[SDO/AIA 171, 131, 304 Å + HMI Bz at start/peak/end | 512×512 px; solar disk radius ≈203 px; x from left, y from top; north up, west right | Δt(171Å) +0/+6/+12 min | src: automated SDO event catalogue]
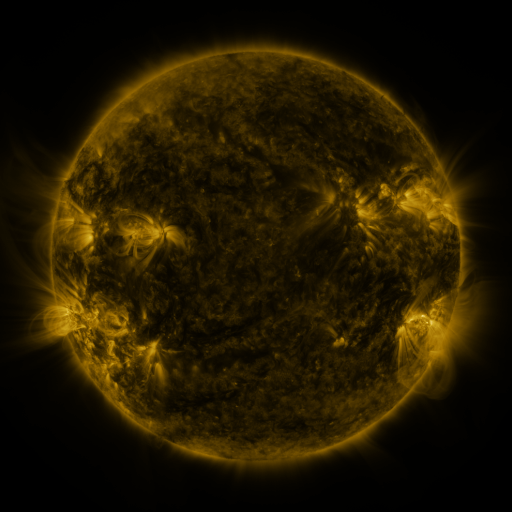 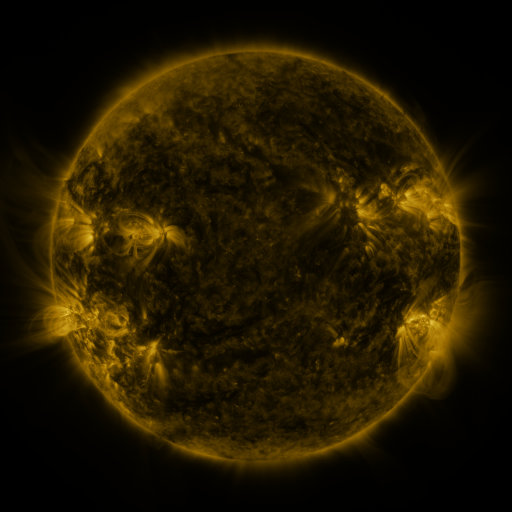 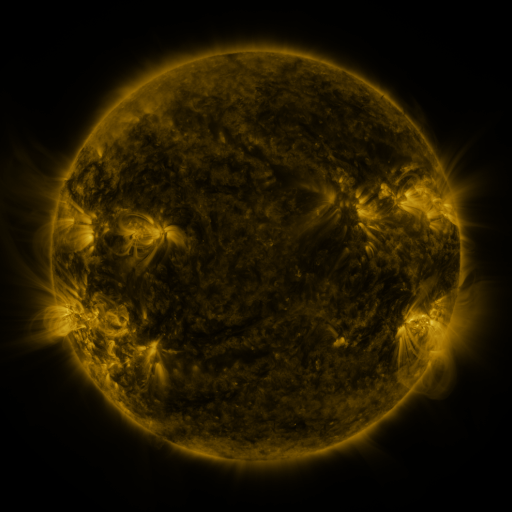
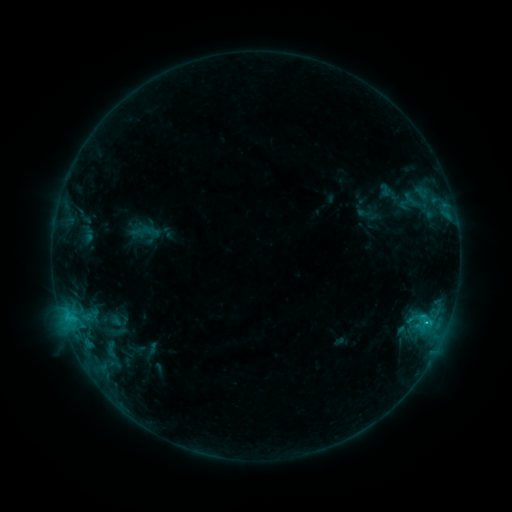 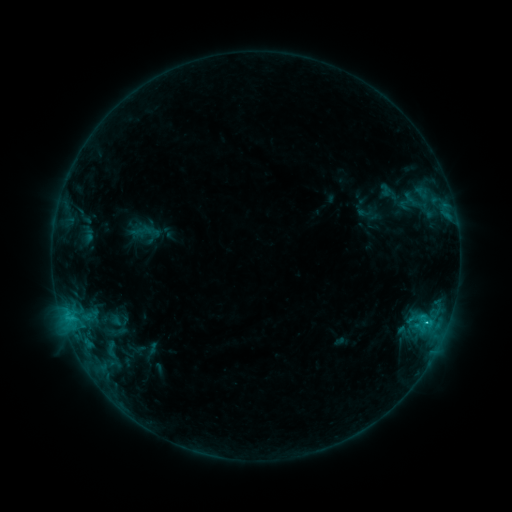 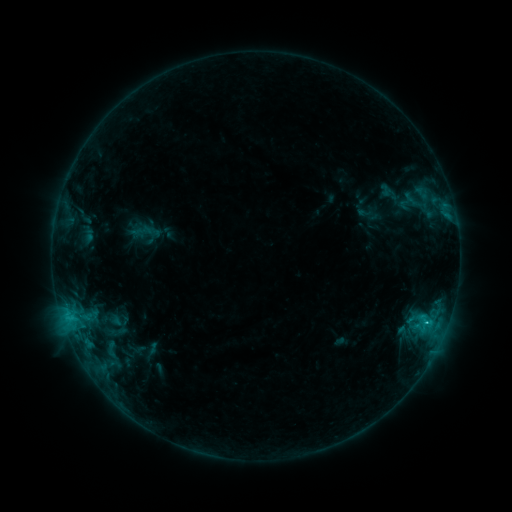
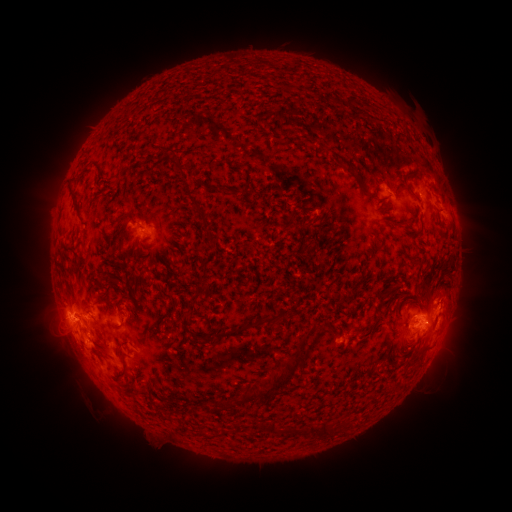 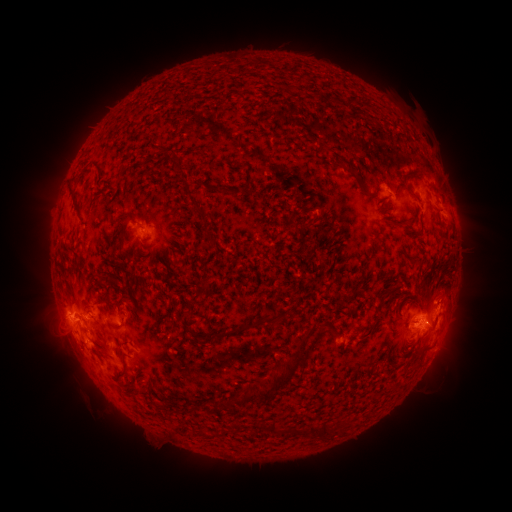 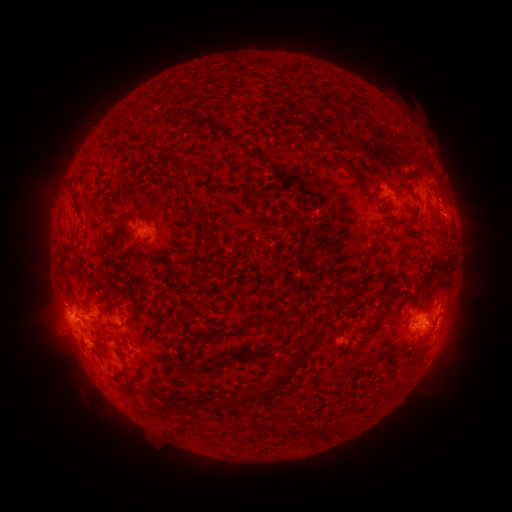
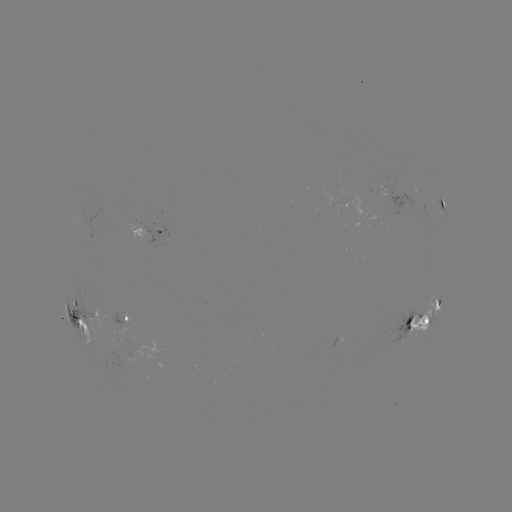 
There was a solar flare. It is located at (424, 321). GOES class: C2.4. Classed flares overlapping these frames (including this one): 1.